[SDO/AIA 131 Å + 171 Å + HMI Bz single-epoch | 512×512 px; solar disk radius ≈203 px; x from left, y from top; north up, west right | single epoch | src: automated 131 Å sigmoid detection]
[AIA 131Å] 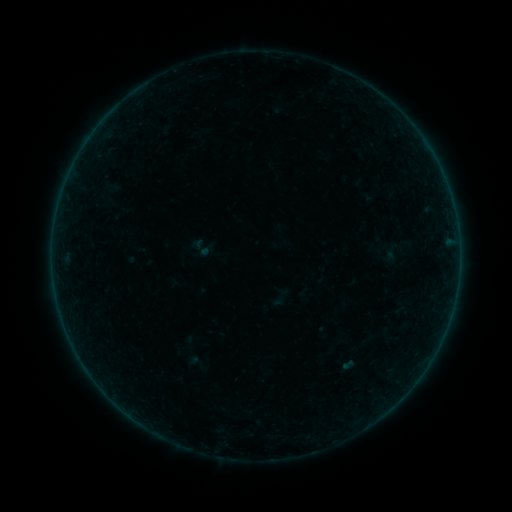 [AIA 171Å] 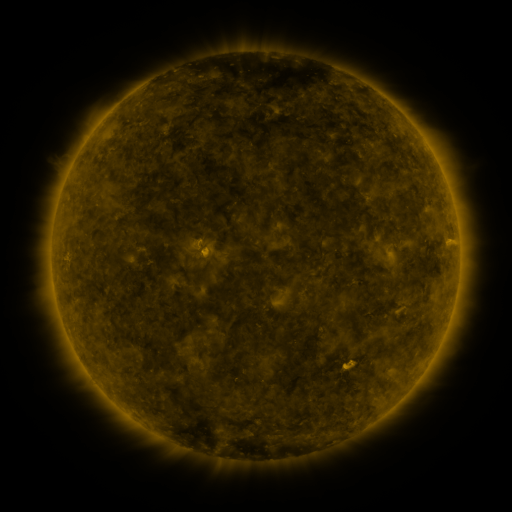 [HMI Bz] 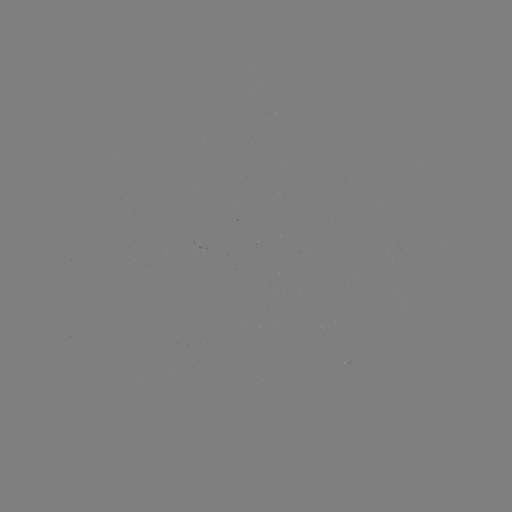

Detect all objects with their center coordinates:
sigmoid: [187, 235, 213, 262]
